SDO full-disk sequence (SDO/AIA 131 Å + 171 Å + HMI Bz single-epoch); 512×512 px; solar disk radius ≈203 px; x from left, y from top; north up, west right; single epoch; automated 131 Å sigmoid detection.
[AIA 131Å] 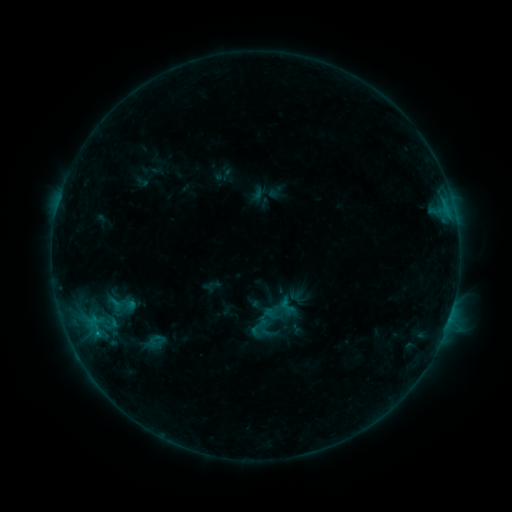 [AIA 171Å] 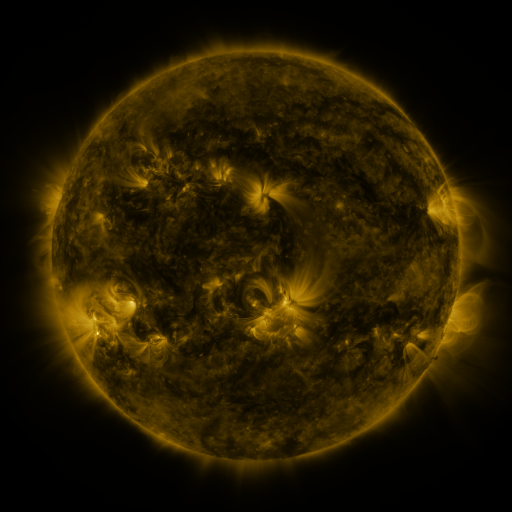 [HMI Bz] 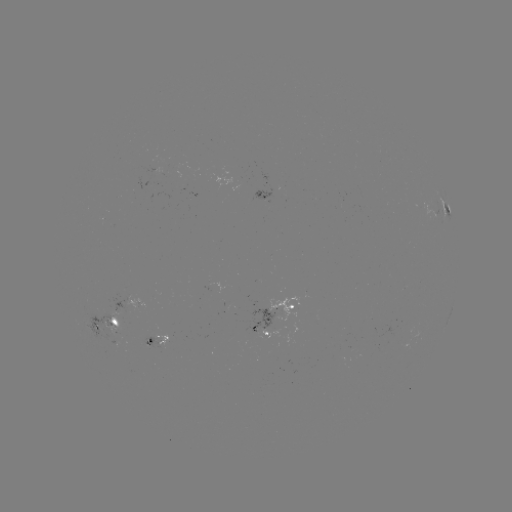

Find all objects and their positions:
sigmoid: [249, 321, 269, 341]
